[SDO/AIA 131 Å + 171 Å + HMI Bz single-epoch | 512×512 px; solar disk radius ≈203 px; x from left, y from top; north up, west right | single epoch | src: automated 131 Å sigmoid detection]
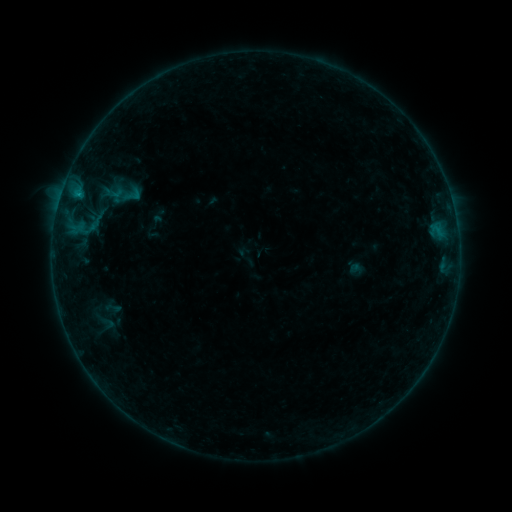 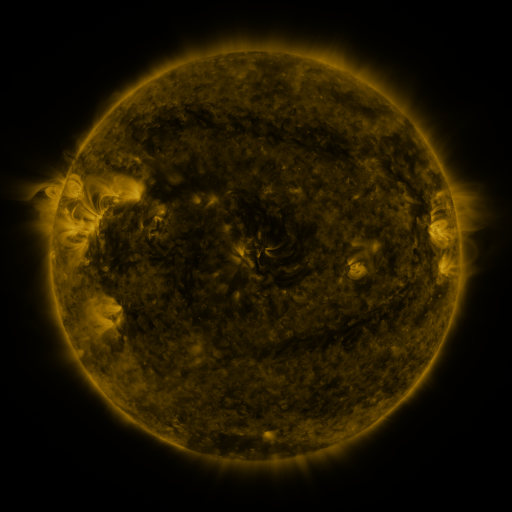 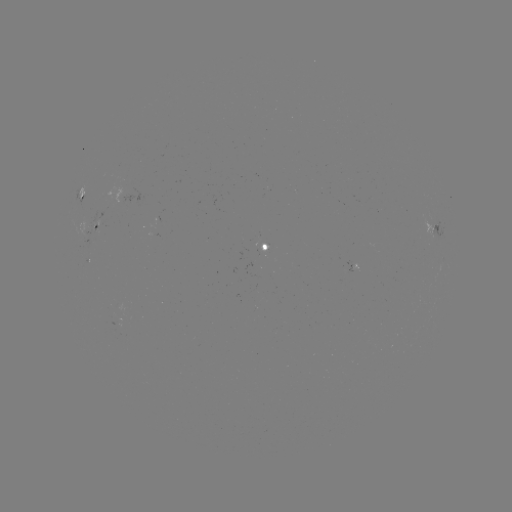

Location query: sigmoid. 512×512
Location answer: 133,195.